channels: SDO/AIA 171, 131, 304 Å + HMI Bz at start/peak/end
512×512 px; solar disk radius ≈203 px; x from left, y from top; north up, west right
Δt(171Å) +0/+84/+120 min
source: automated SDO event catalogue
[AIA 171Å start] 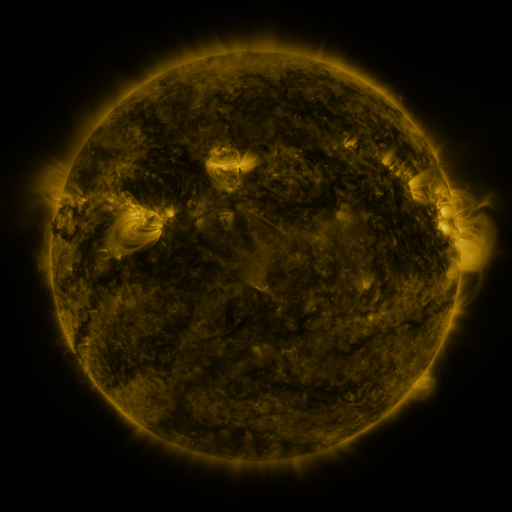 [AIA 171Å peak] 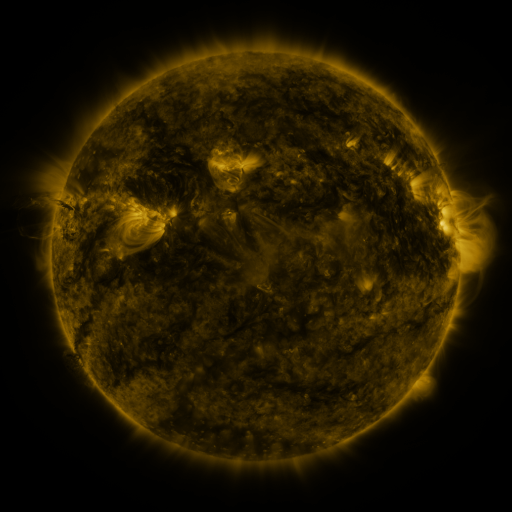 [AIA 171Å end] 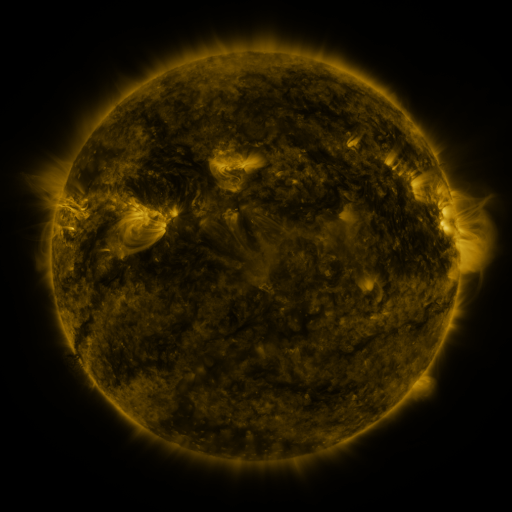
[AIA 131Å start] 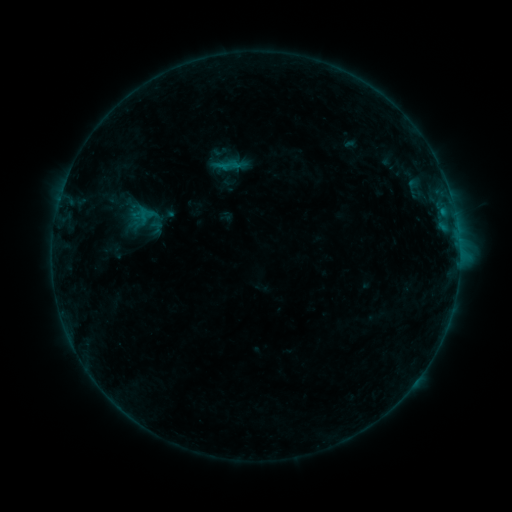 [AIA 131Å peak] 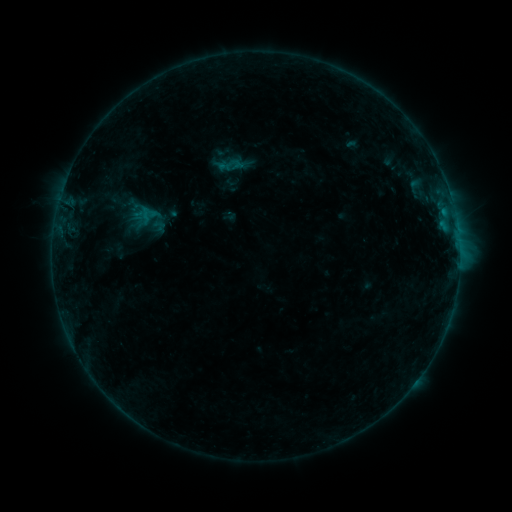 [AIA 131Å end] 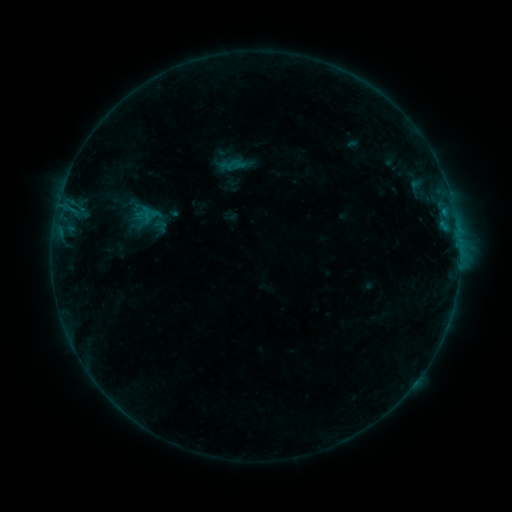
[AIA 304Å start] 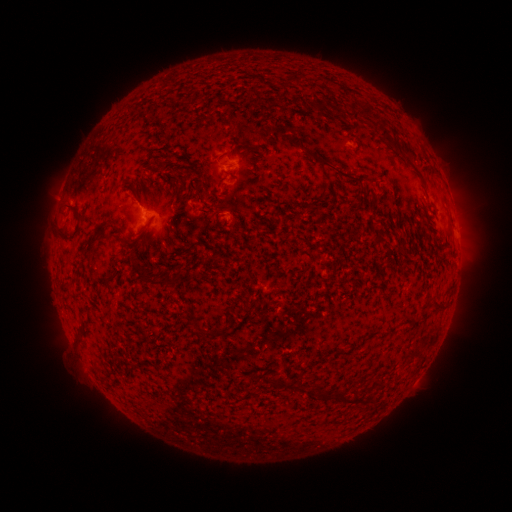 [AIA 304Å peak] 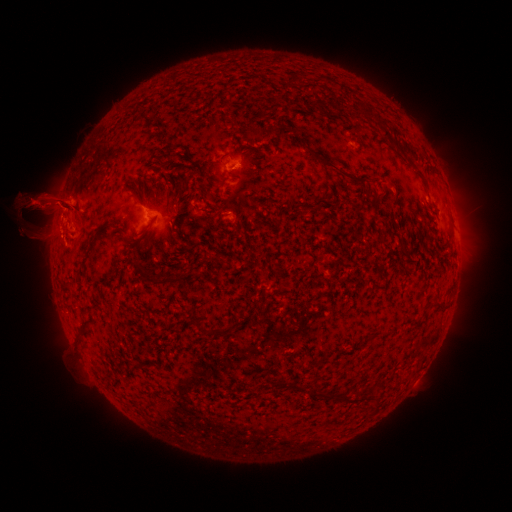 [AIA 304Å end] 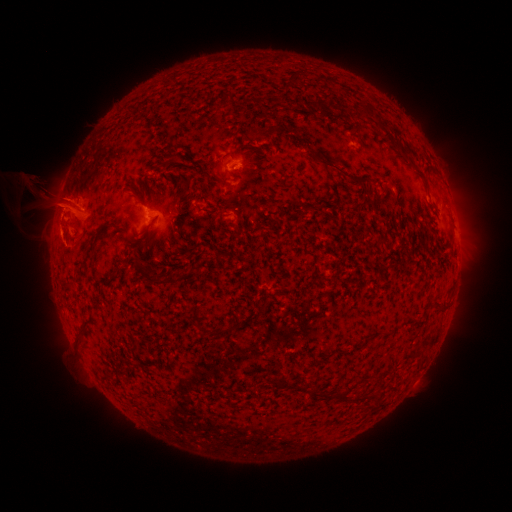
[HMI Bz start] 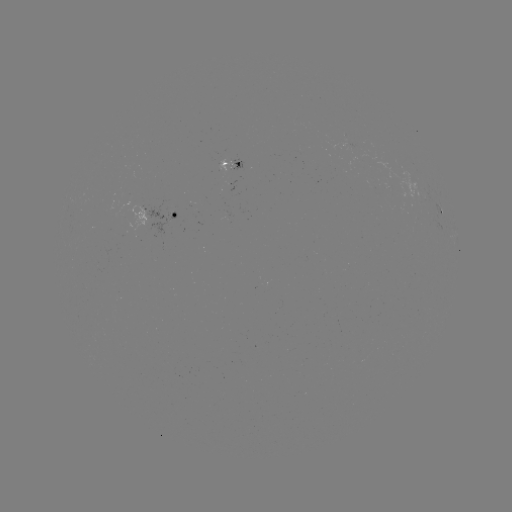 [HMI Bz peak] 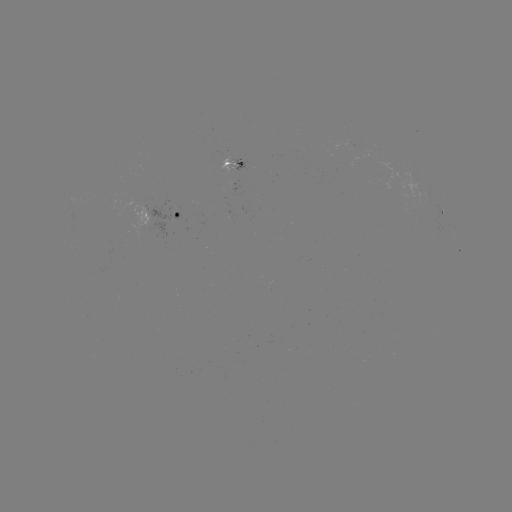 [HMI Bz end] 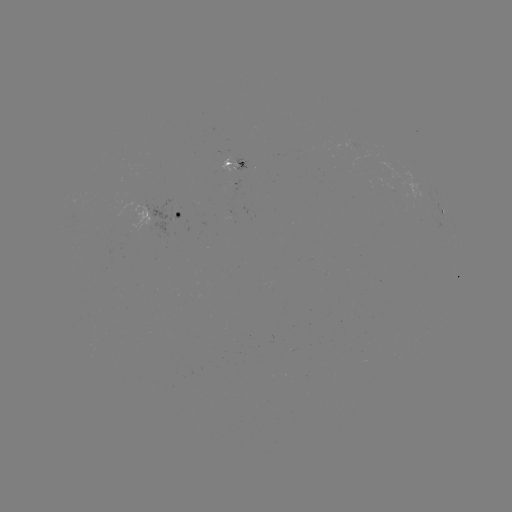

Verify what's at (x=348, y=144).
emerging-flux region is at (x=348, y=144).